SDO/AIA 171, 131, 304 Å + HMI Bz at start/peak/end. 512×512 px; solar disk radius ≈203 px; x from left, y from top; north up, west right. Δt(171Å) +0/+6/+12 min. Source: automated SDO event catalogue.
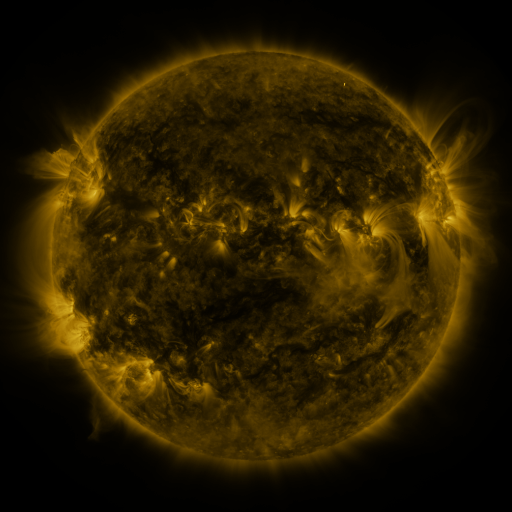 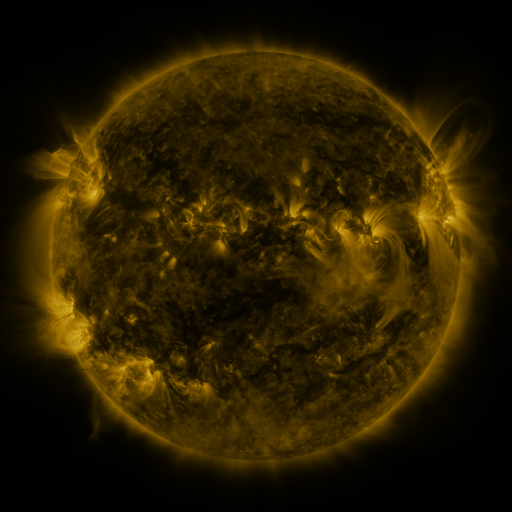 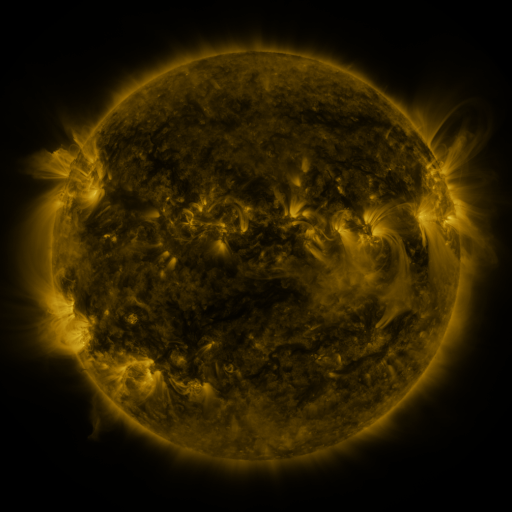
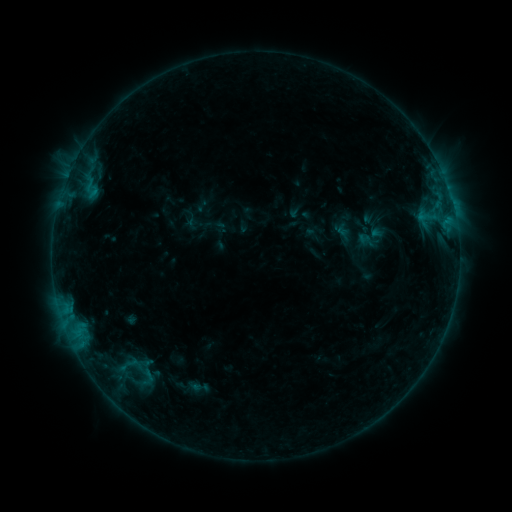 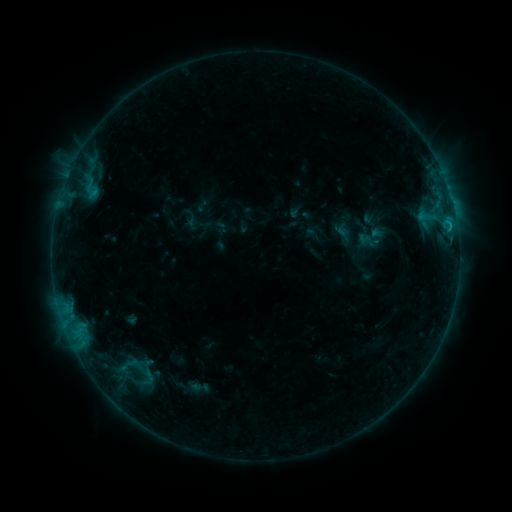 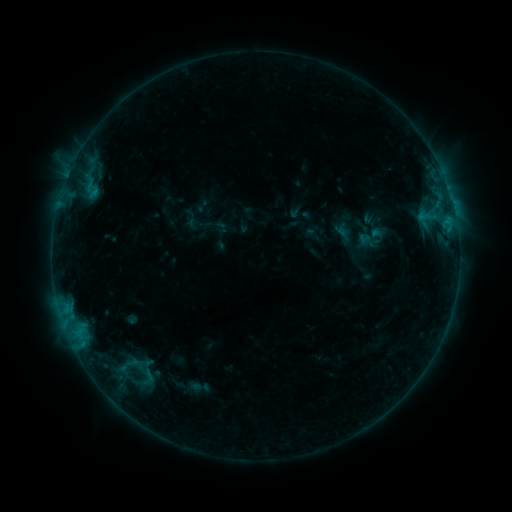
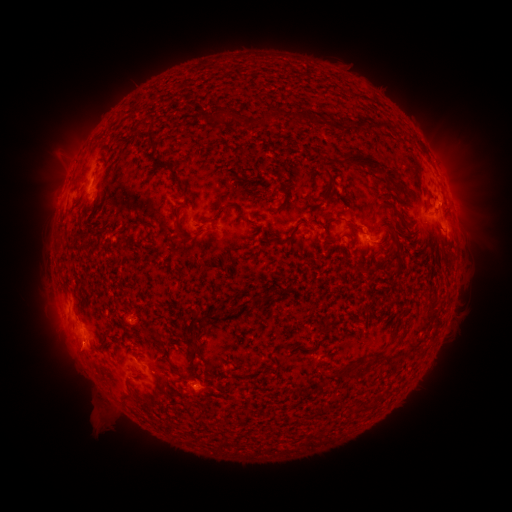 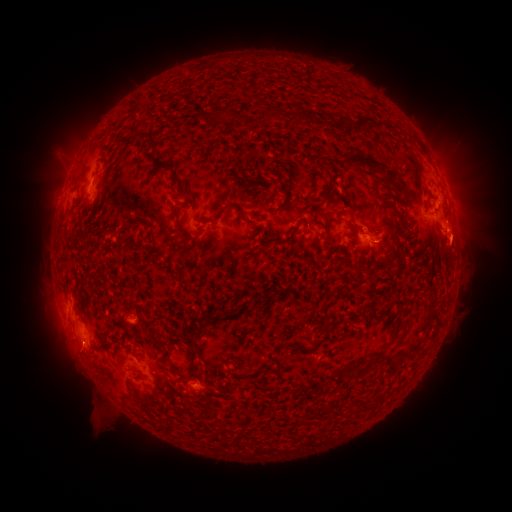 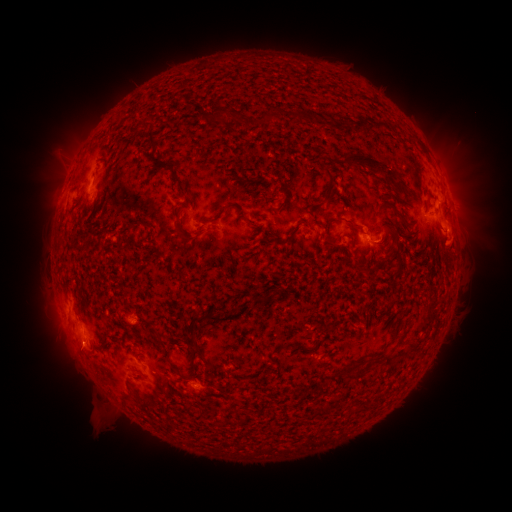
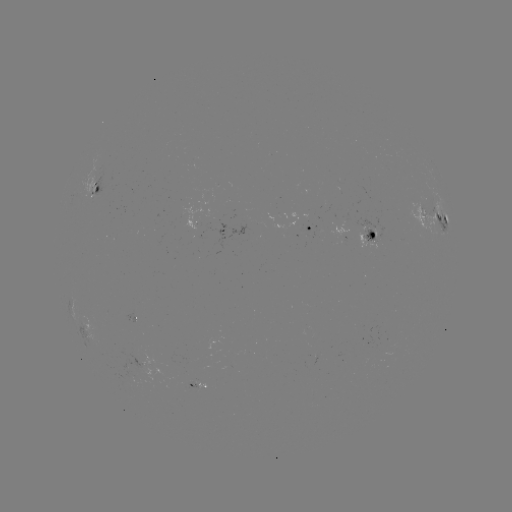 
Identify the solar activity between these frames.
eruption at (462, 242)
